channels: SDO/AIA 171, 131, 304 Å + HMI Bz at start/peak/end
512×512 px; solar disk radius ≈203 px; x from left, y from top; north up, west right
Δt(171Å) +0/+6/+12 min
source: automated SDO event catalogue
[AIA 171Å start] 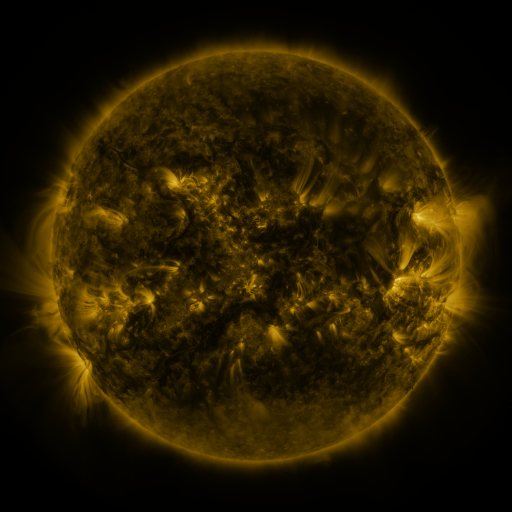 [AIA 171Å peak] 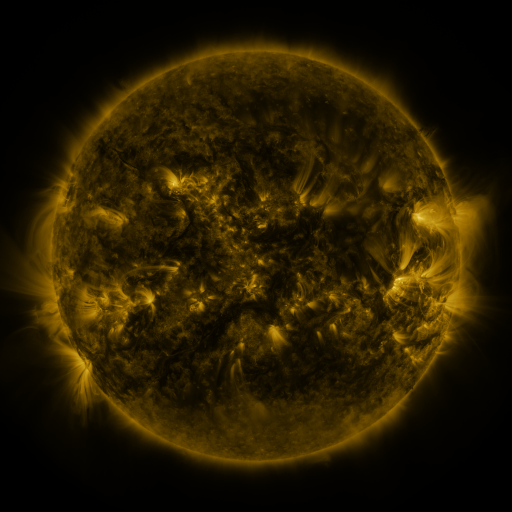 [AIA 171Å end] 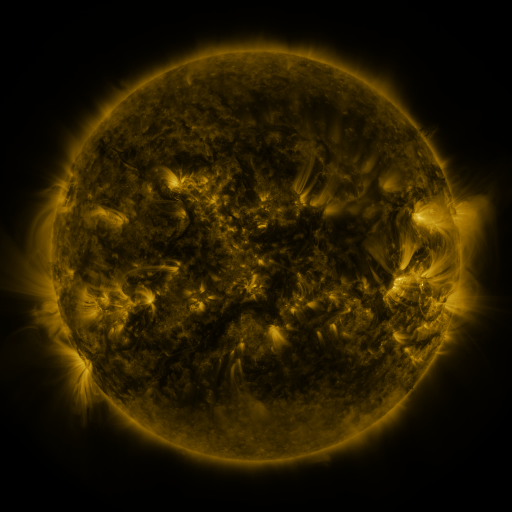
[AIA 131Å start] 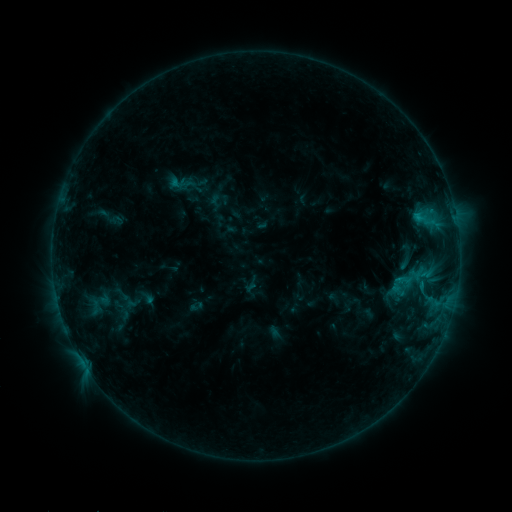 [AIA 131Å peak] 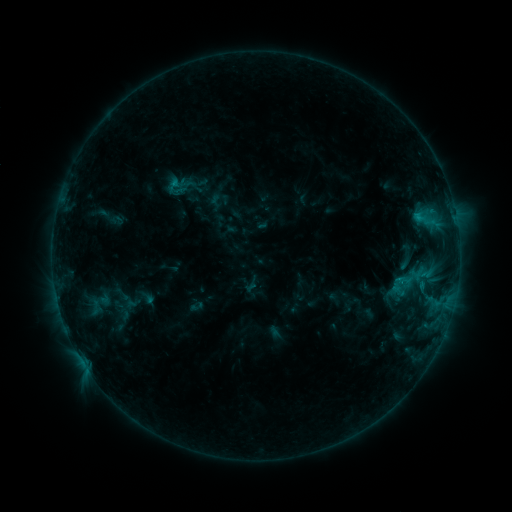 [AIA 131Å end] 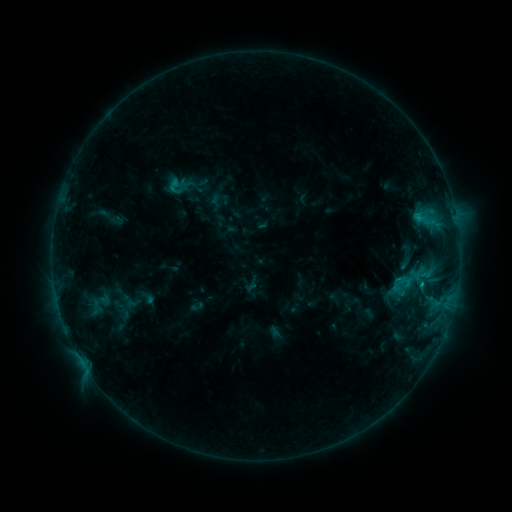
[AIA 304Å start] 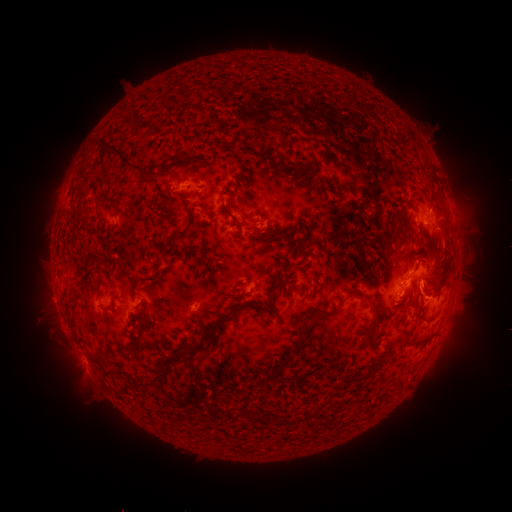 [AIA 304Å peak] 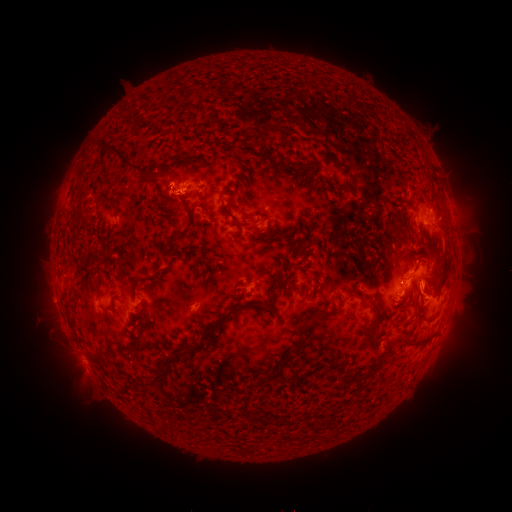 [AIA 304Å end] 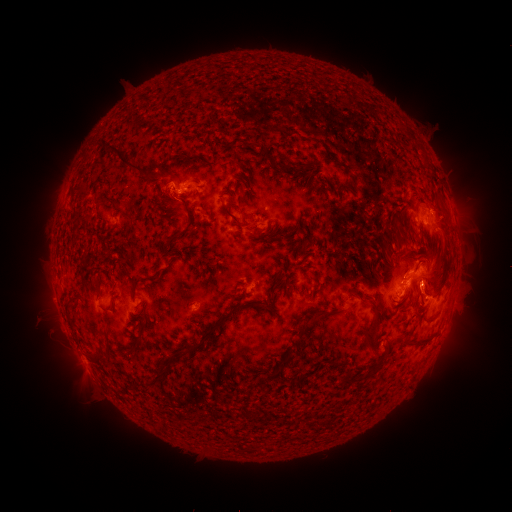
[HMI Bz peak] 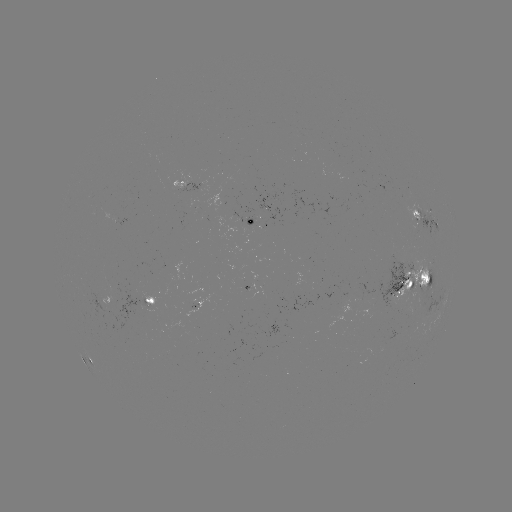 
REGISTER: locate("C1.3 flare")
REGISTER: [172, 190]